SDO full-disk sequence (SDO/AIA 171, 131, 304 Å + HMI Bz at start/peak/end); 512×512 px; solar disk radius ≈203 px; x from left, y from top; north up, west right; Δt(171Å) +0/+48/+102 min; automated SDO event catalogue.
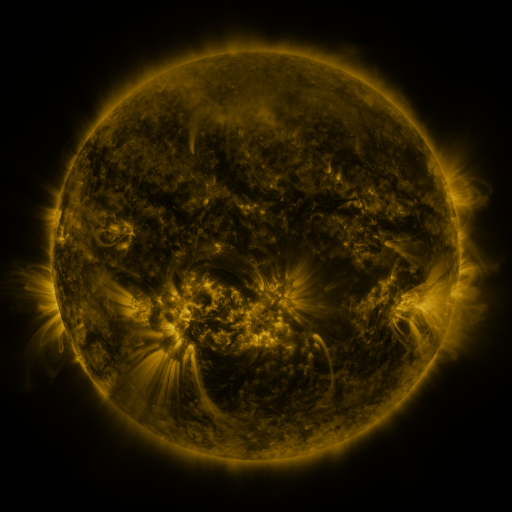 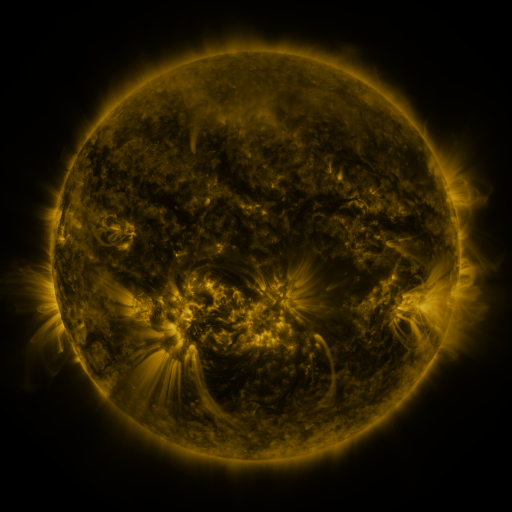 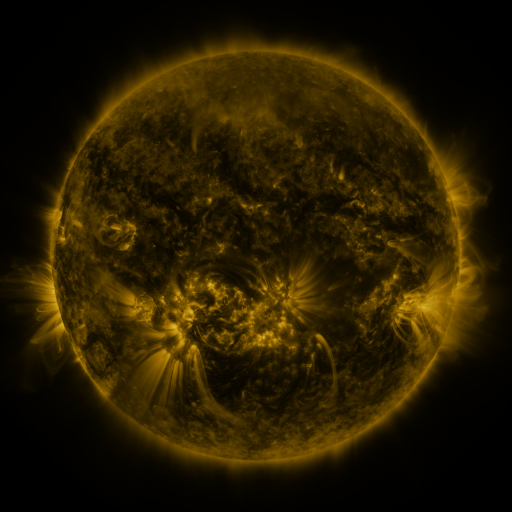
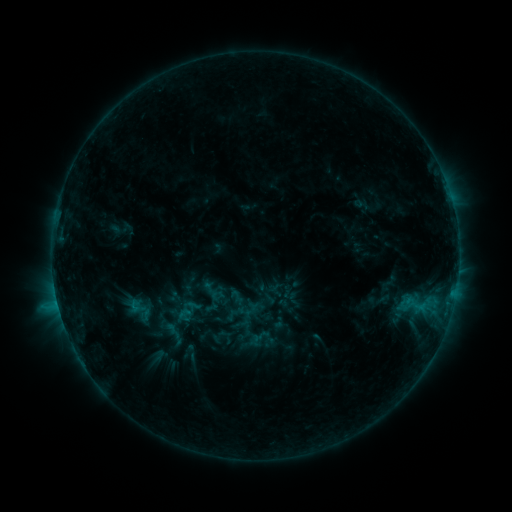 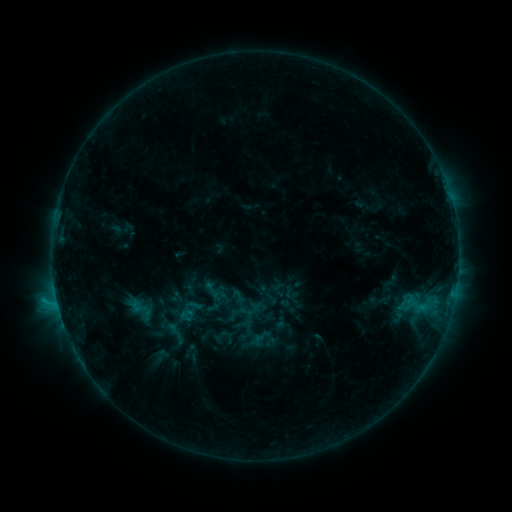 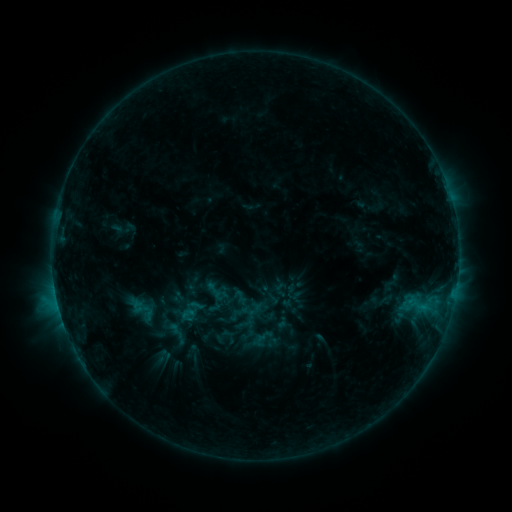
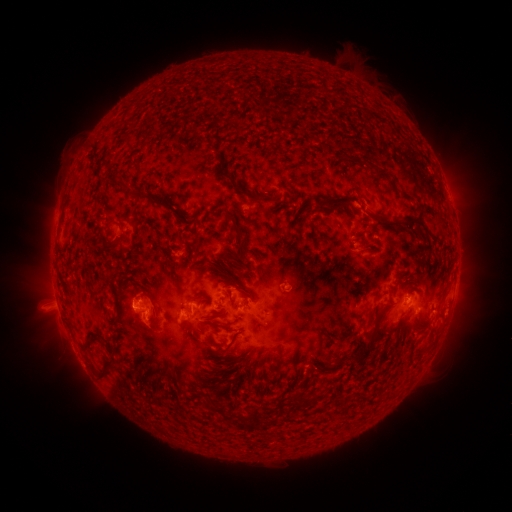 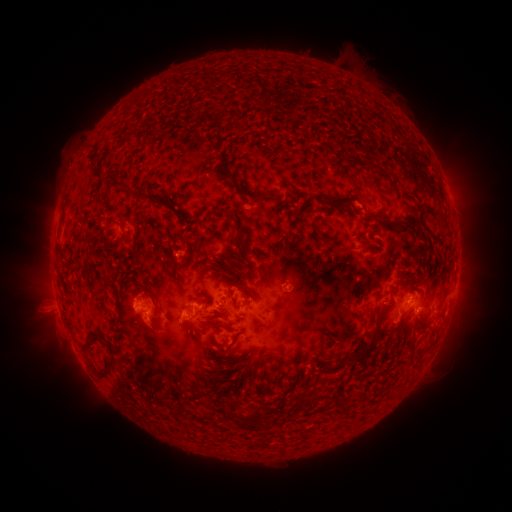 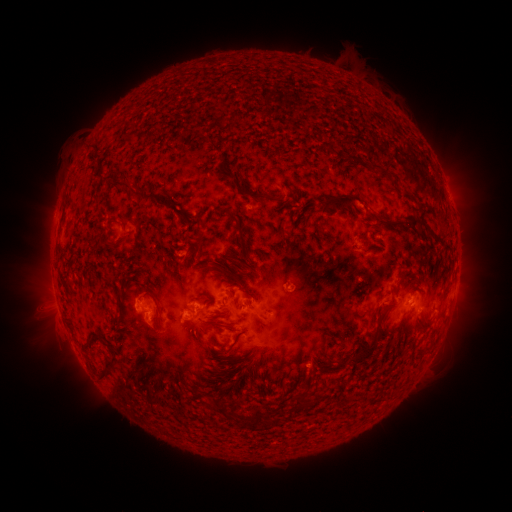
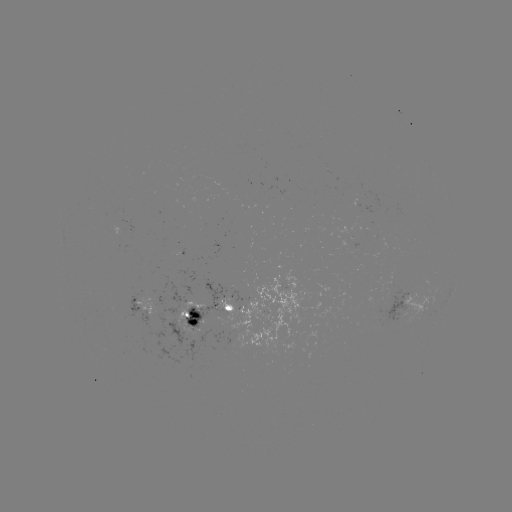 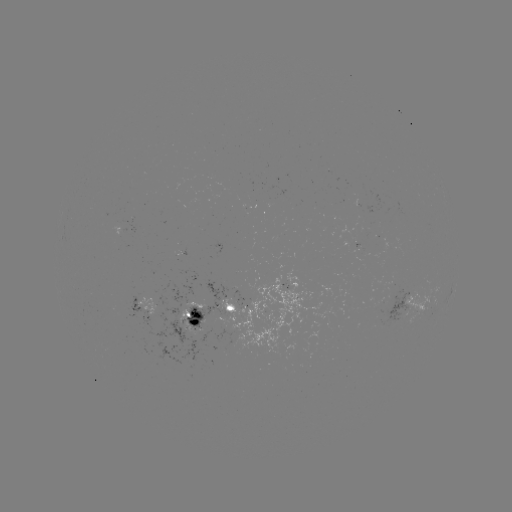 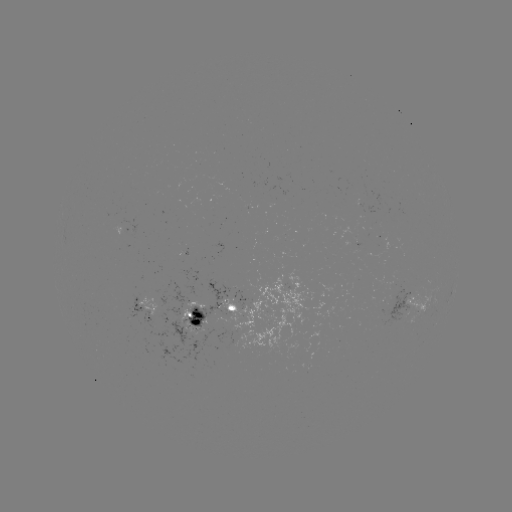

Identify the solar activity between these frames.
C1.4 flare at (410, 293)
